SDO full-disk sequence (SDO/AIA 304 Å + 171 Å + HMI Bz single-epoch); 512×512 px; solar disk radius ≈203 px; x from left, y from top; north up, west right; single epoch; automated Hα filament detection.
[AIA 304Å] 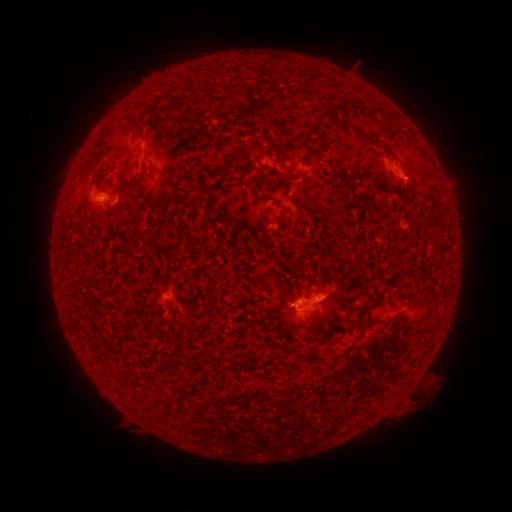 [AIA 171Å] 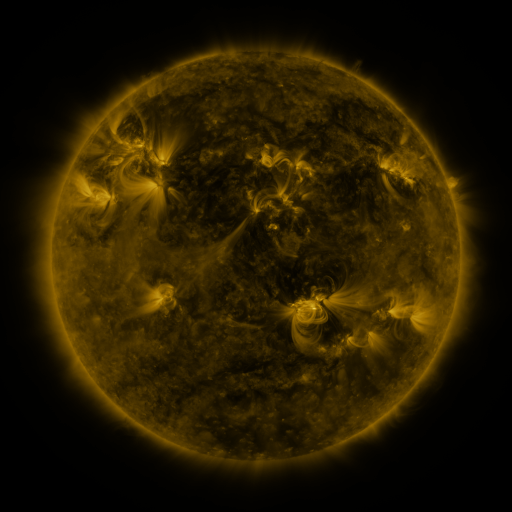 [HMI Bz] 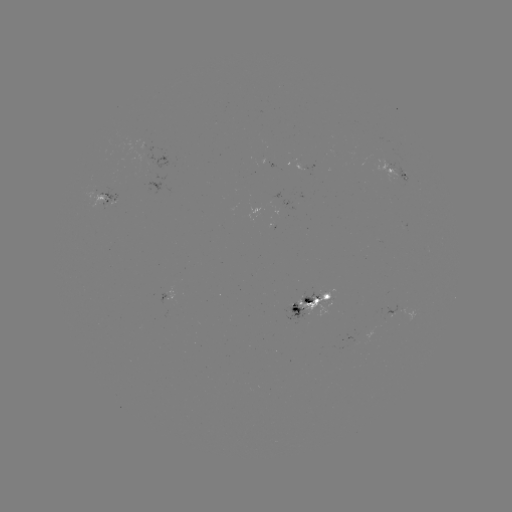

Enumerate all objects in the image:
filament: (322, 122)
filament: (141, 129)
filament: (362, 135)
filament: (222, 168)
filament: (284, 301)
filament: (366, 325)
filament: (321, 332)
filament: (345, 353)
